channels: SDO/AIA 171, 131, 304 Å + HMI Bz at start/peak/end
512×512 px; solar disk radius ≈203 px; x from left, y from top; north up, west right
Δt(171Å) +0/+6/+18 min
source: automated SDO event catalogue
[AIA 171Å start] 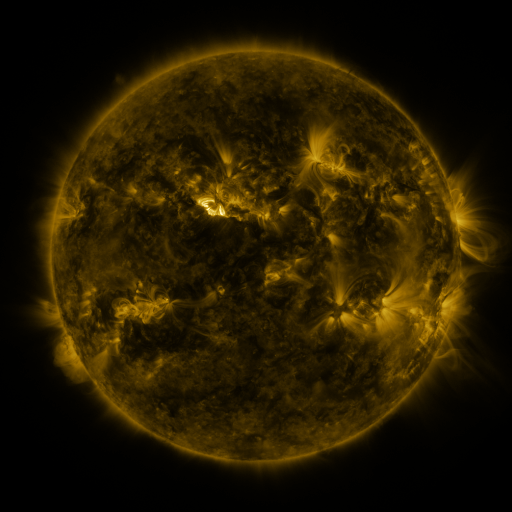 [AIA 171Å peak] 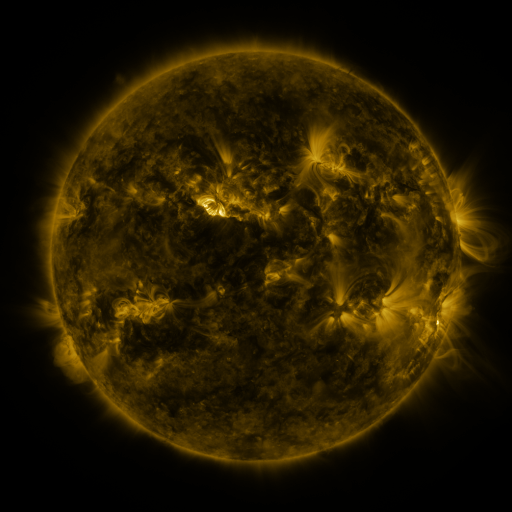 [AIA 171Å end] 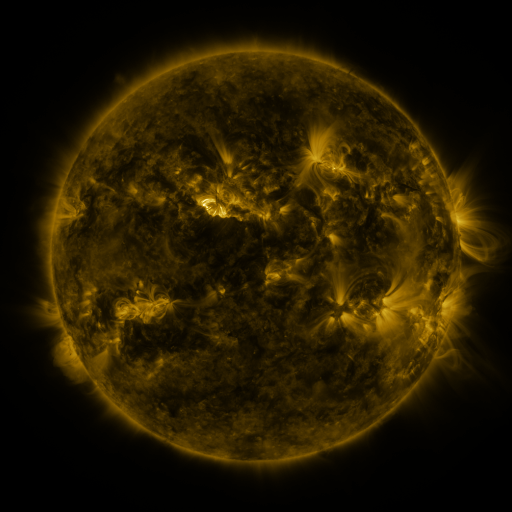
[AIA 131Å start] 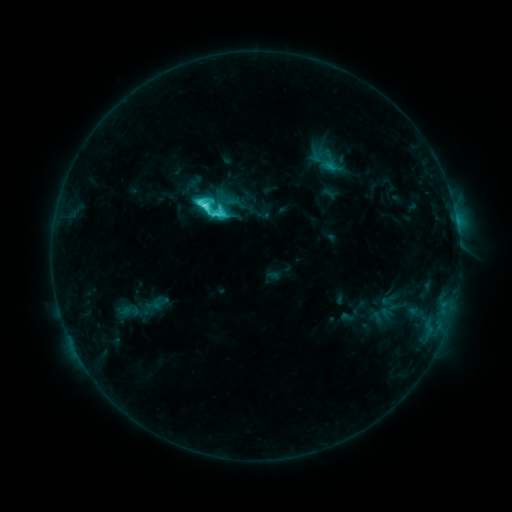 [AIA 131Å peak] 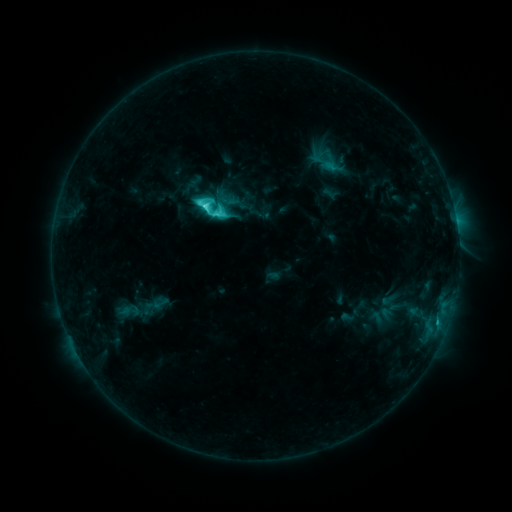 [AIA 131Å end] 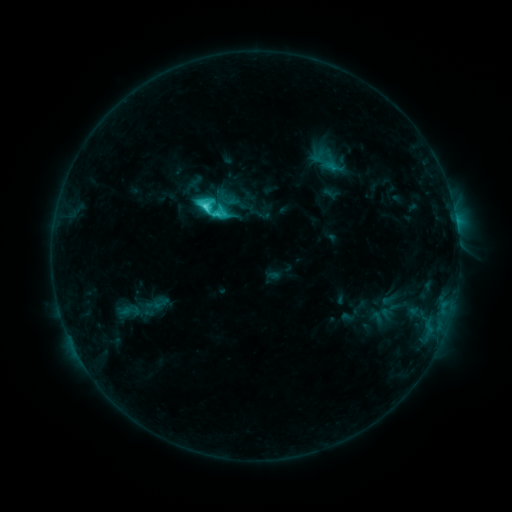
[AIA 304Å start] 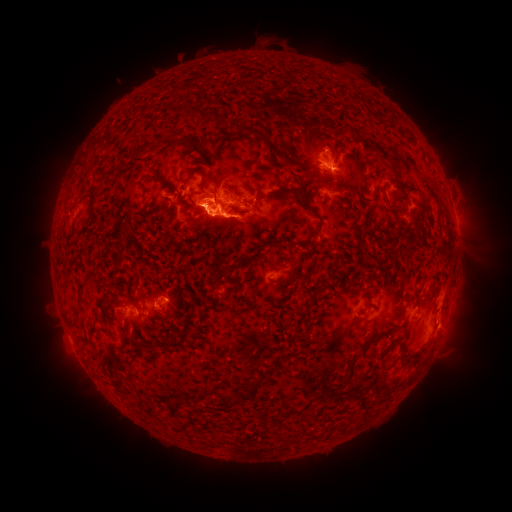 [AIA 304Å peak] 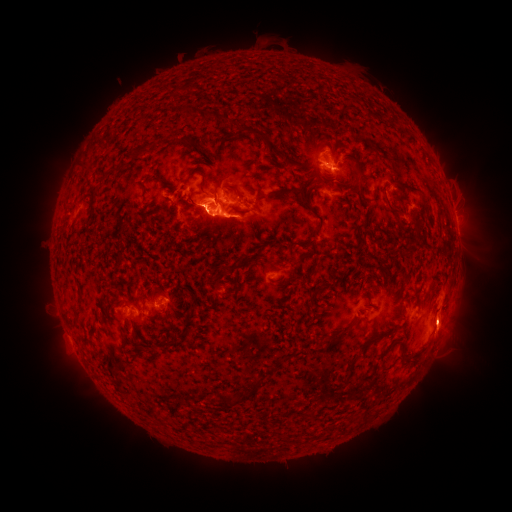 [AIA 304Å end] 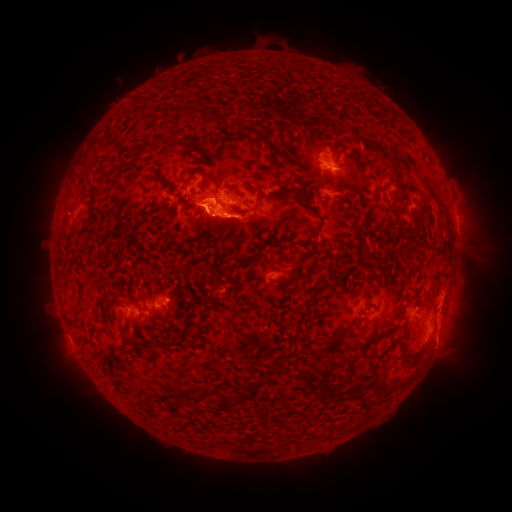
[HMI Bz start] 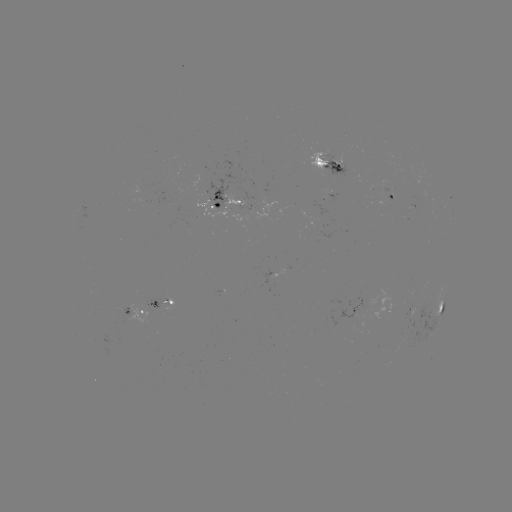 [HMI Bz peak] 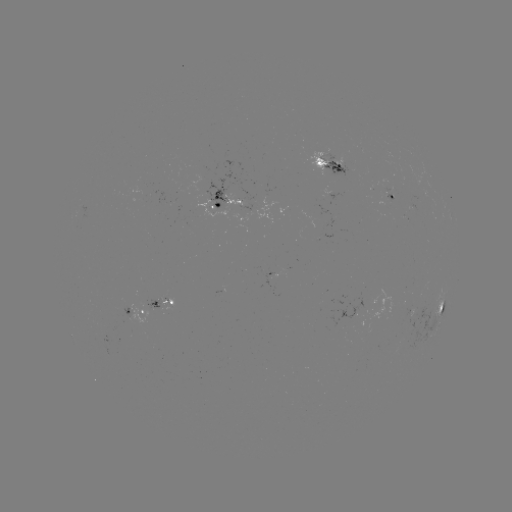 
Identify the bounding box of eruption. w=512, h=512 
[418, 304, 478, 366].